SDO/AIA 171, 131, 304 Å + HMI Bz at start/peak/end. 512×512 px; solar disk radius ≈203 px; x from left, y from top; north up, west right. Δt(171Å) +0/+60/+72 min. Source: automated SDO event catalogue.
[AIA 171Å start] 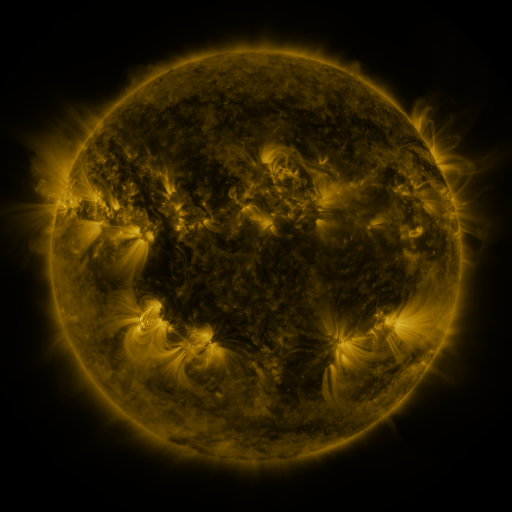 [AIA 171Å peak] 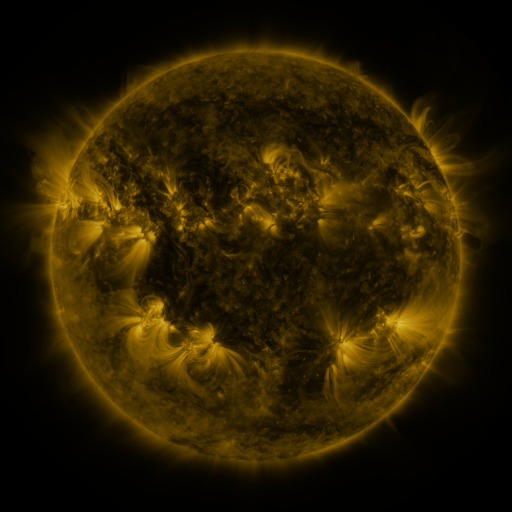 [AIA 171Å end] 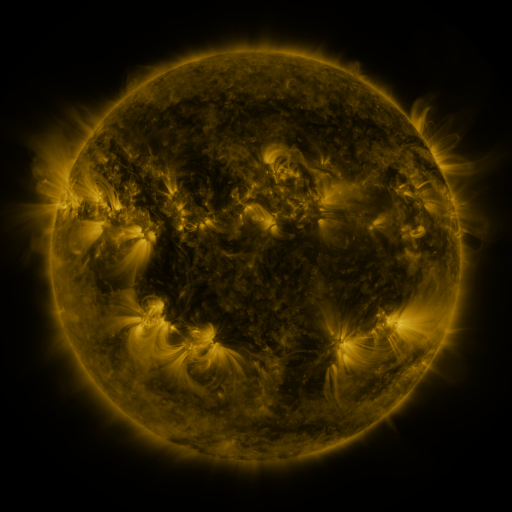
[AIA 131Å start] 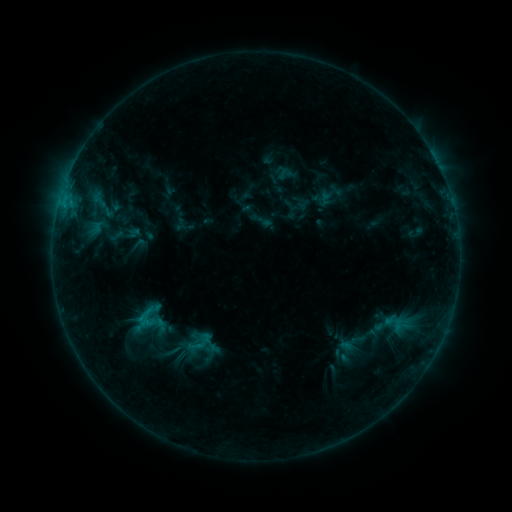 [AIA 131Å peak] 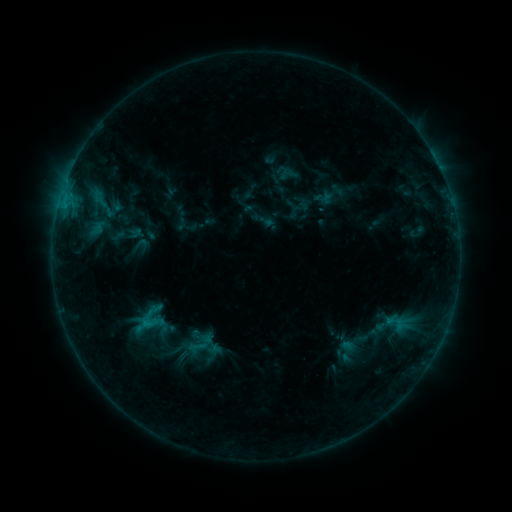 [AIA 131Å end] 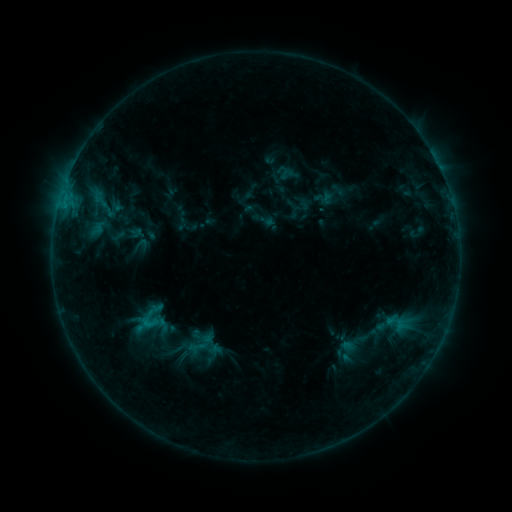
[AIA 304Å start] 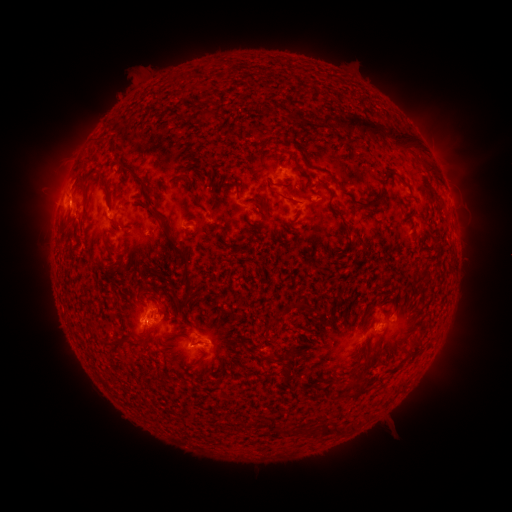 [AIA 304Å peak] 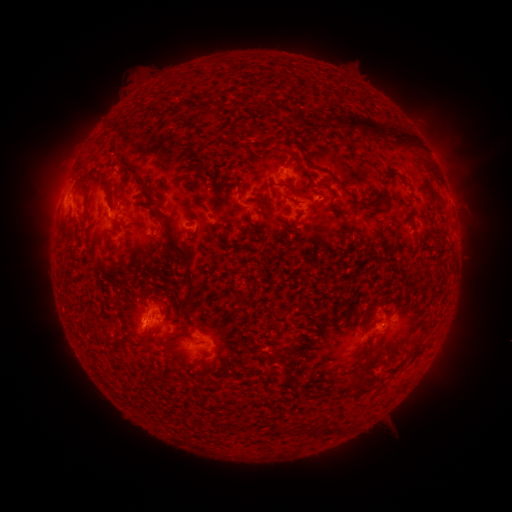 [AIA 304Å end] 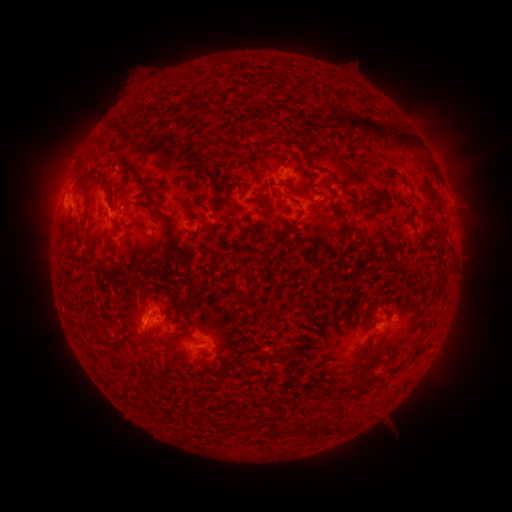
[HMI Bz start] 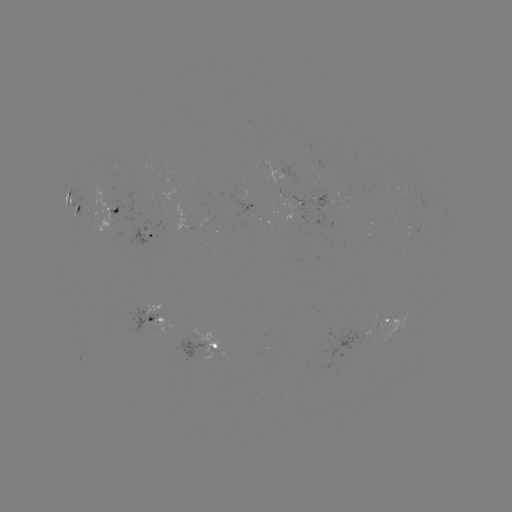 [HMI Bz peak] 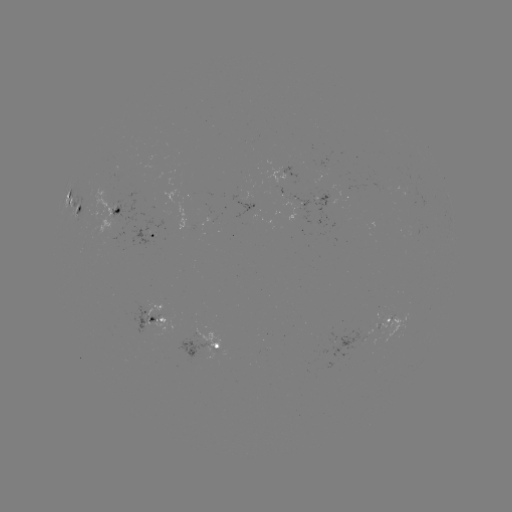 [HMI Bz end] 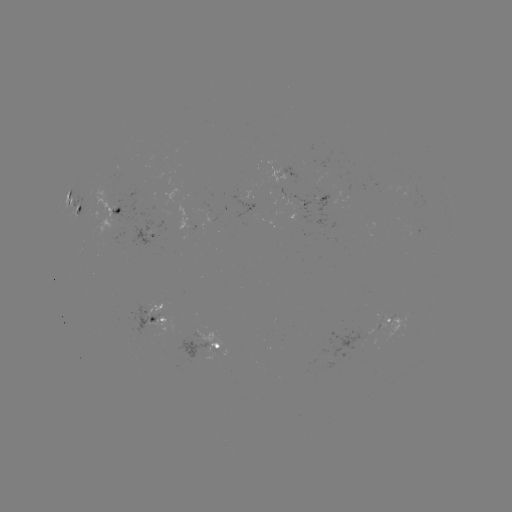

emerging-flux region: <bbox>379, 315, 408, 342</bbox>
